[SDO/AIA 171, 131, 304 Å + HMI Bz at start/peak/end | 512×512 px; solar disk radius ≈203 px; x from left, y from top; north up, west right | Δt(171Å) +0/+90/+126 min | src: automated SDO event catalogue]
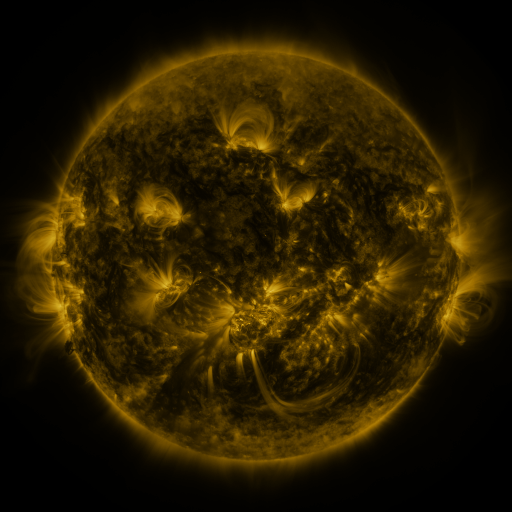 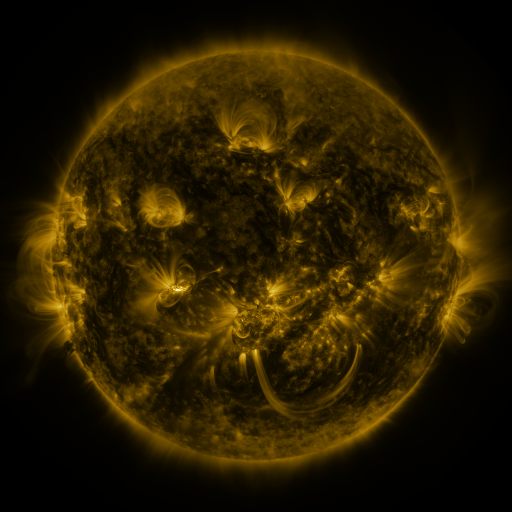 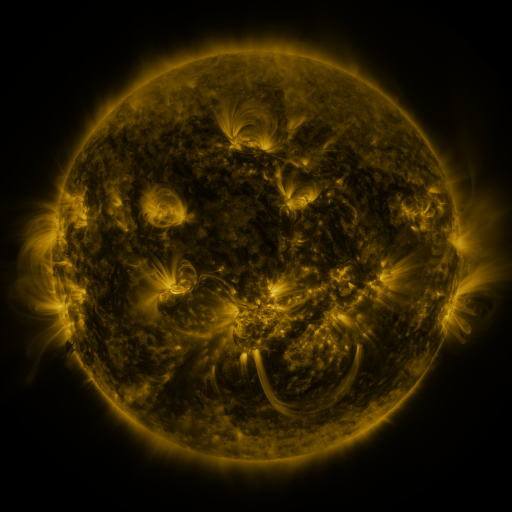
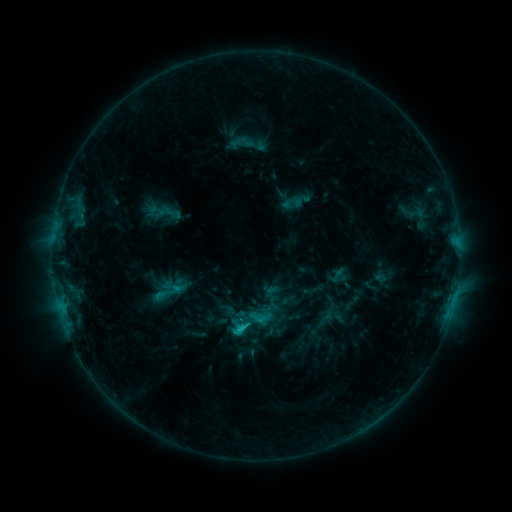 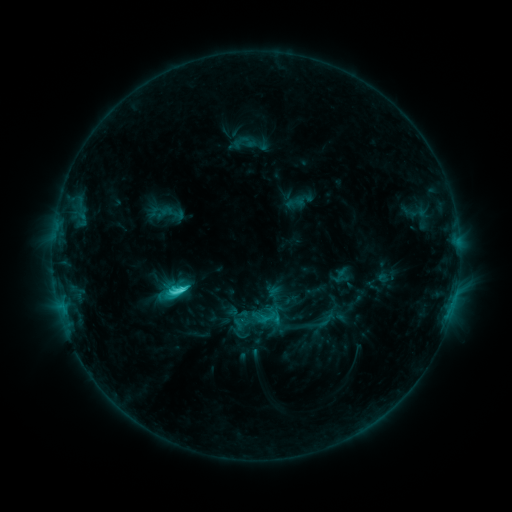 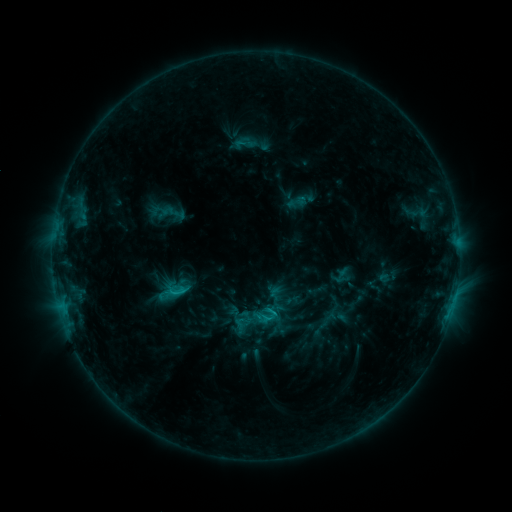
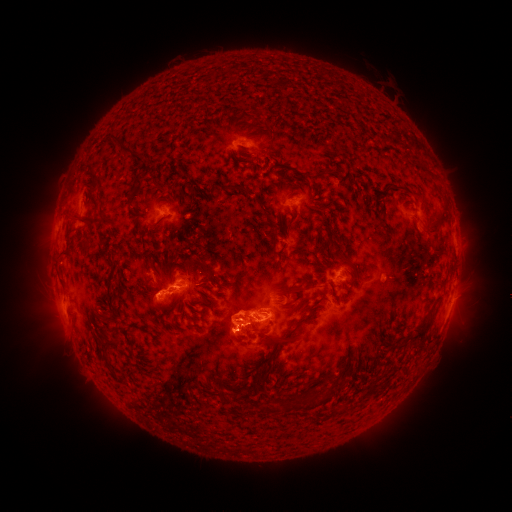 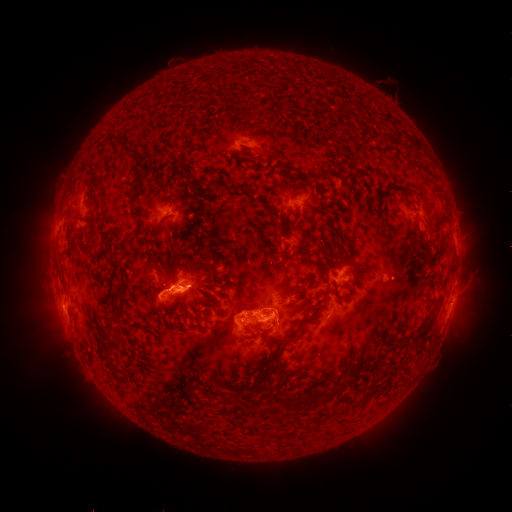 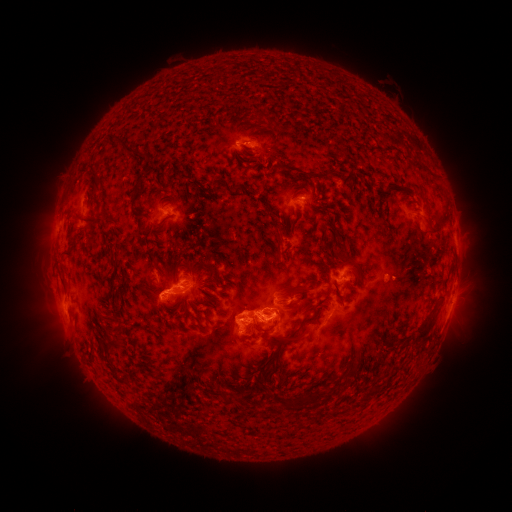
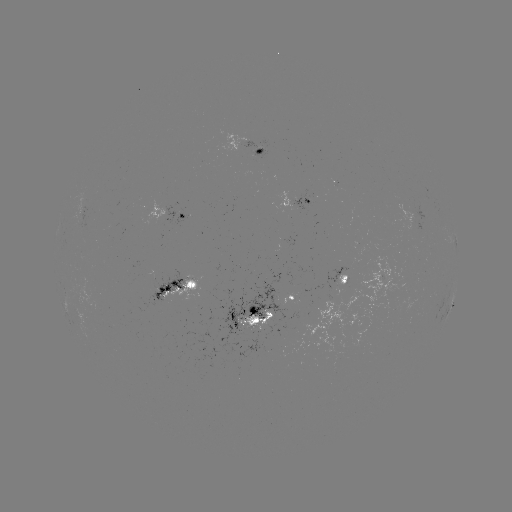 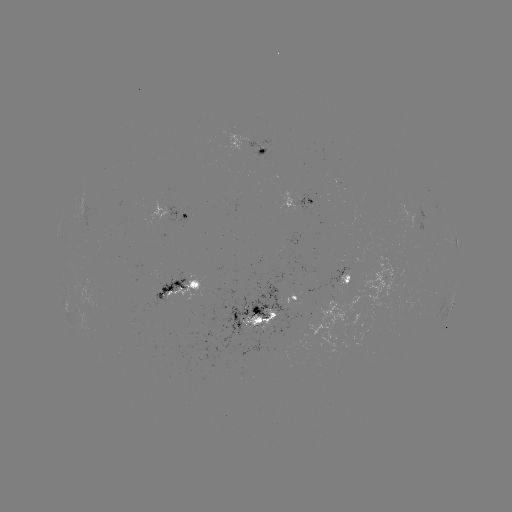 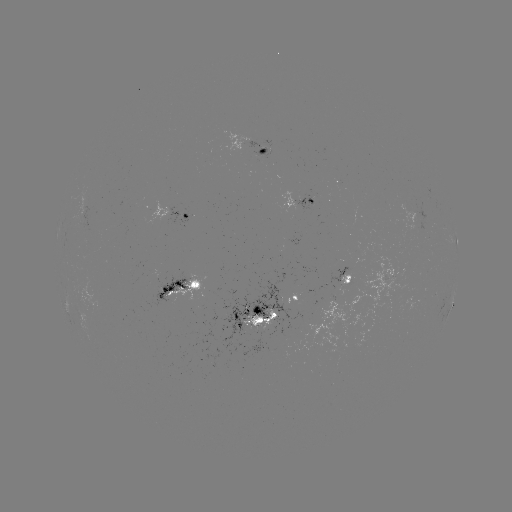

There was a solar emerging-flux region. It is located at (204, 288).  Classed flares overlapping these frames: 2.